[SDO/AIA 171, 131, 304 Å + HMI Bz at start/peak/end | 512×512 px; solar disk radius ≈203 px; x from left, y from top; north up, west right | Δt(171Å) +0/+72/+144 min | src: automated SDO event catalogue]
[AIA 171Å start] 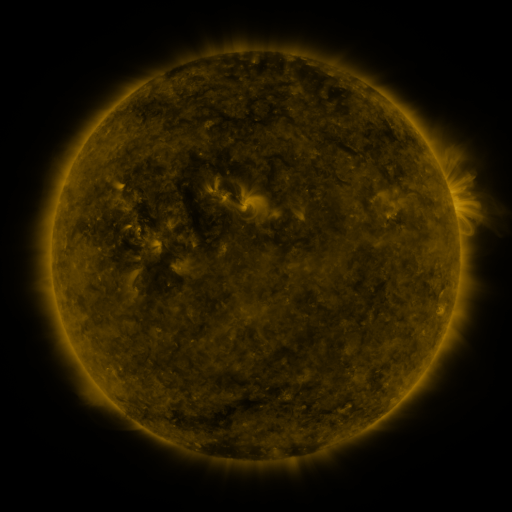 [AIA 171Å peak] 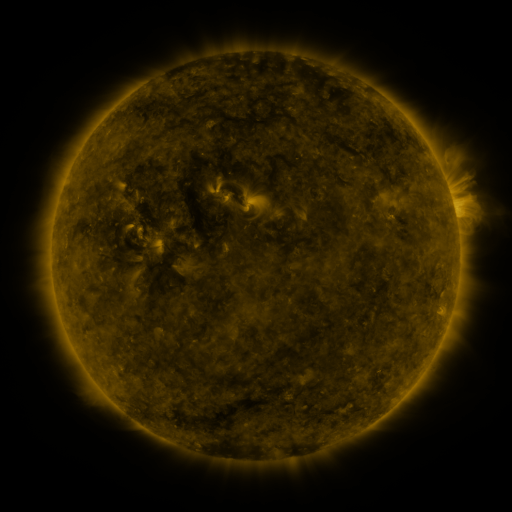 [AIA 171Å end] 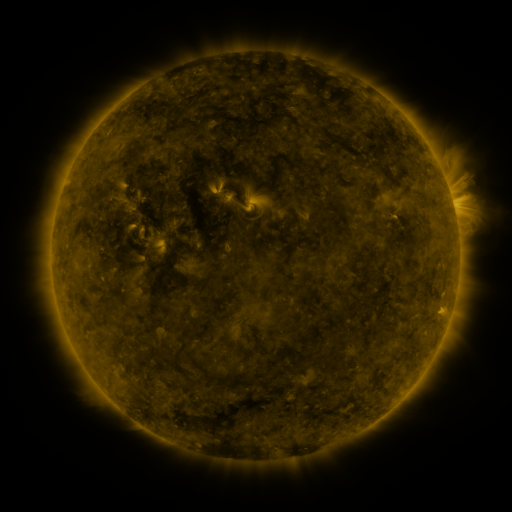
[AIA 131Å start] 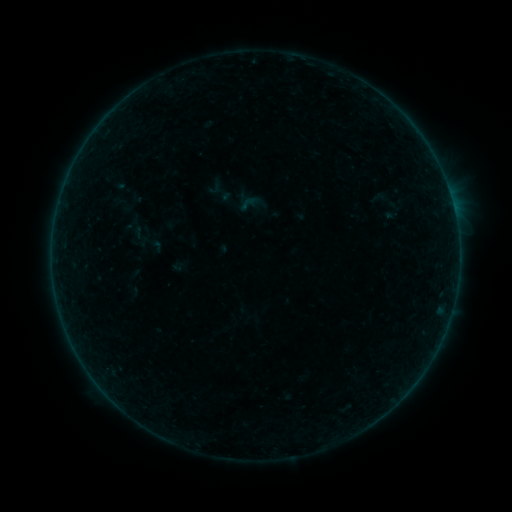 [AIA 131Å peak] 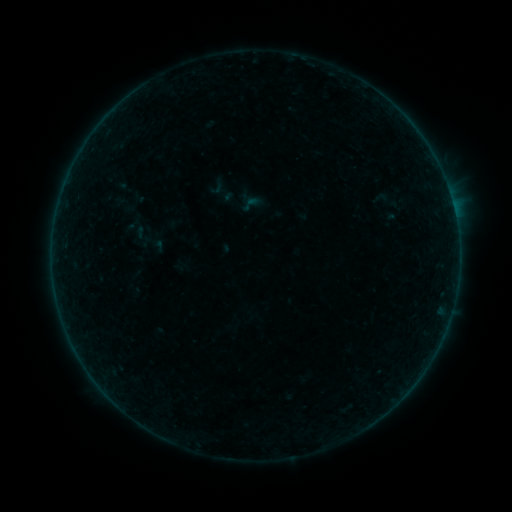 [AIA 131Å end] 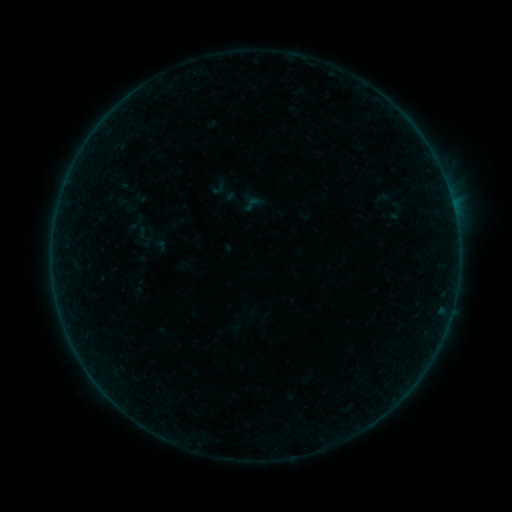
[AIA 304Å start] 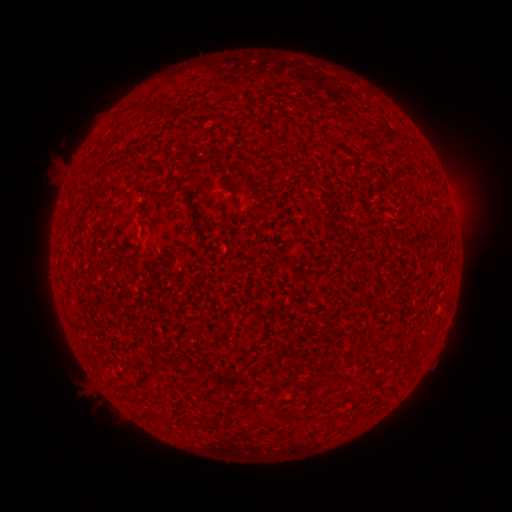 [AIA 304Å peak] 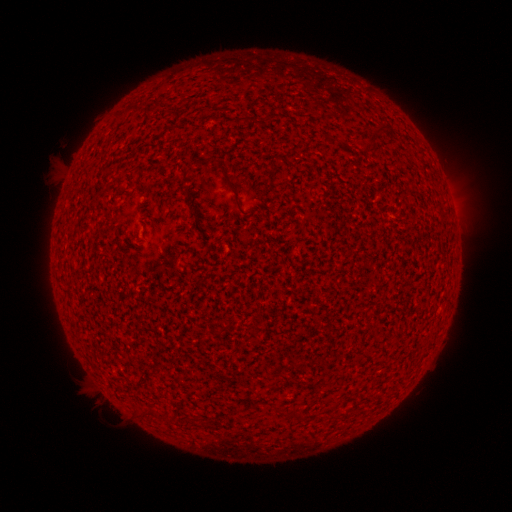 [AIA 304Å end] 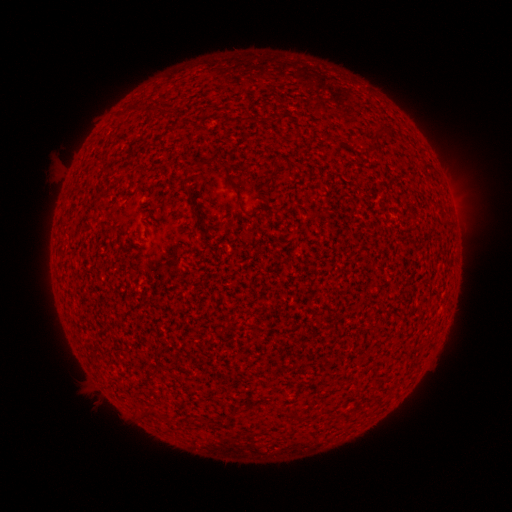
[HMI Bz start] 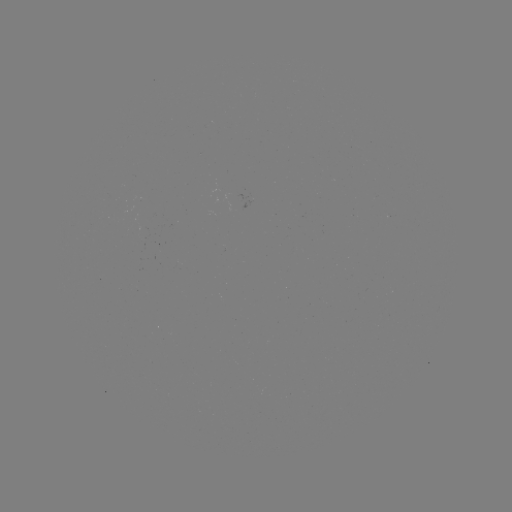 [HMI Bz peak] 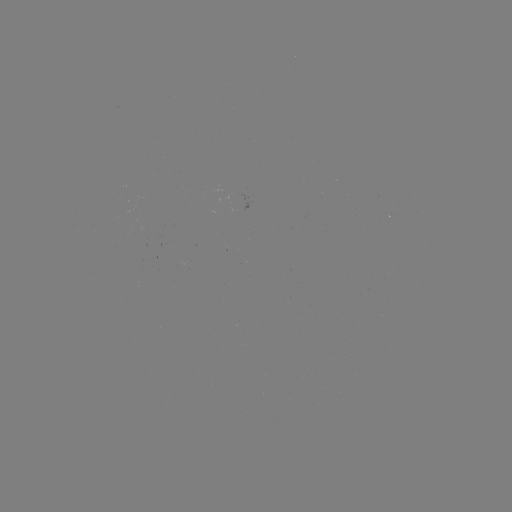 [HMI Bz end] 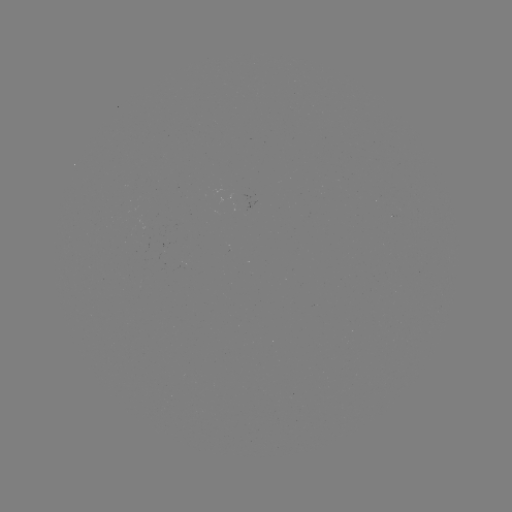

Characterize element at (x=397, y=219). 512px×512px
filament eruption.